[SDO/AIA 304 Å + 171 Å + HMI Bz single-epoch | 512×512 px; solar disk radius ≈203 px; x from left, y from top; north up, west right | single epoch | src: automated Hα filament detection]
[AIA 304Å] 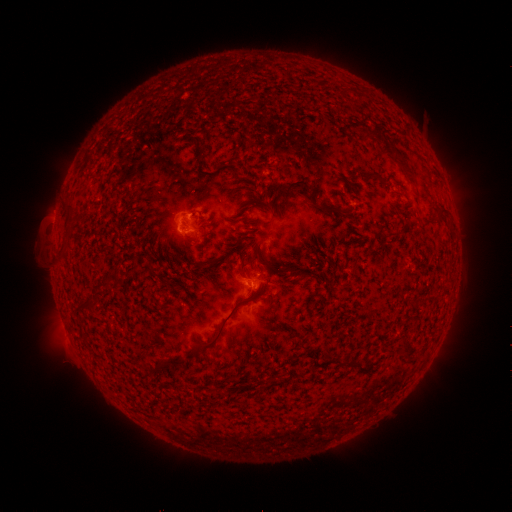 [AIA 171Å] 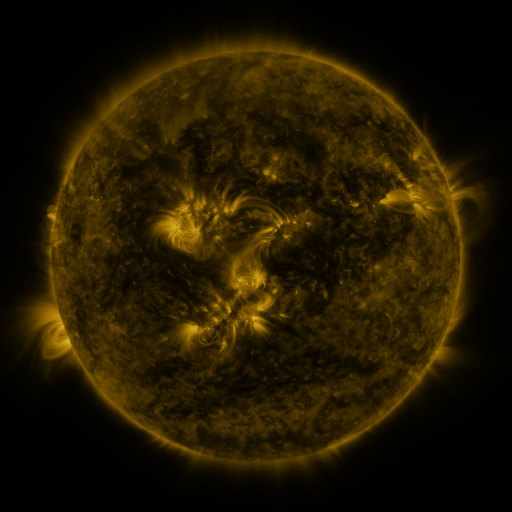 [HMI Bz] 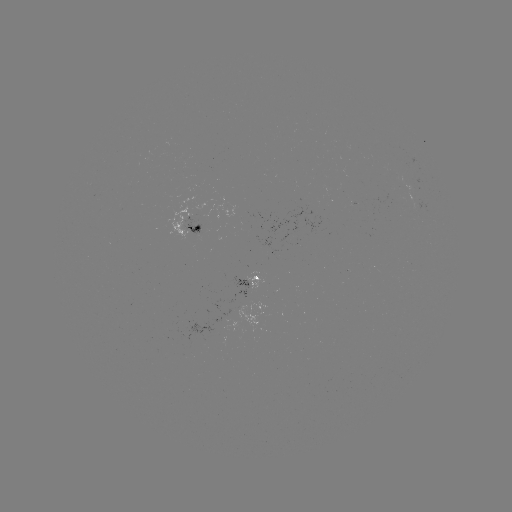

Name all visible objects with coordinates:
filament: (369, 136)
filament: (199, 156)
filament: (223, 163)
filament: (405, 169)
filament: (369, 174)
filament: (296, 186)
filament: (336, 210)
filament: (71, 211)
filament: (443, 211)
filament: (233, 220)
filament: (265, 257)
filament: (150, 266)
filament: (242, 266)
filament: (293, 274)
filament: (305, 274)
filament: (97, 285)
filament: (86, 304)
filament: (223, 322)
filament: (404, 345)
filament: (189, 354)
filament: (166, 359)
